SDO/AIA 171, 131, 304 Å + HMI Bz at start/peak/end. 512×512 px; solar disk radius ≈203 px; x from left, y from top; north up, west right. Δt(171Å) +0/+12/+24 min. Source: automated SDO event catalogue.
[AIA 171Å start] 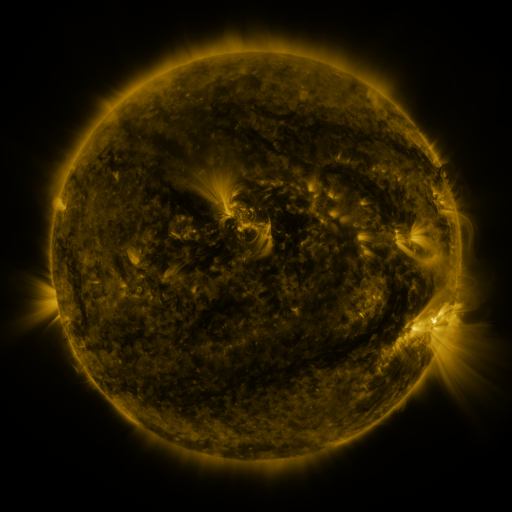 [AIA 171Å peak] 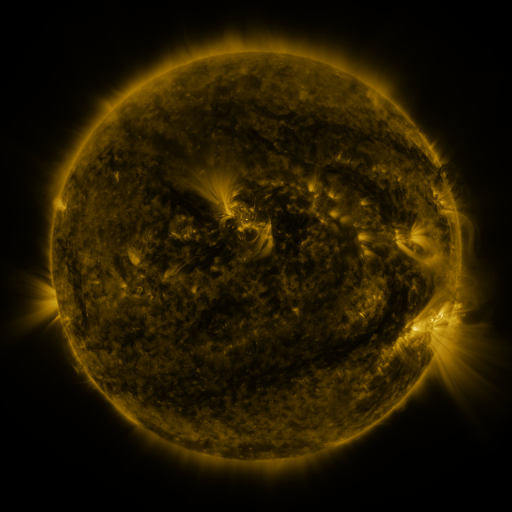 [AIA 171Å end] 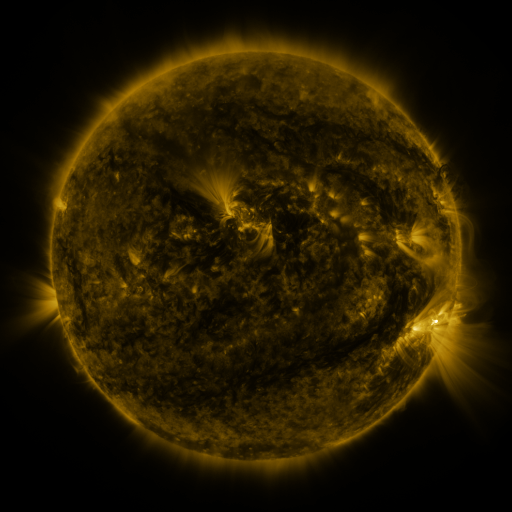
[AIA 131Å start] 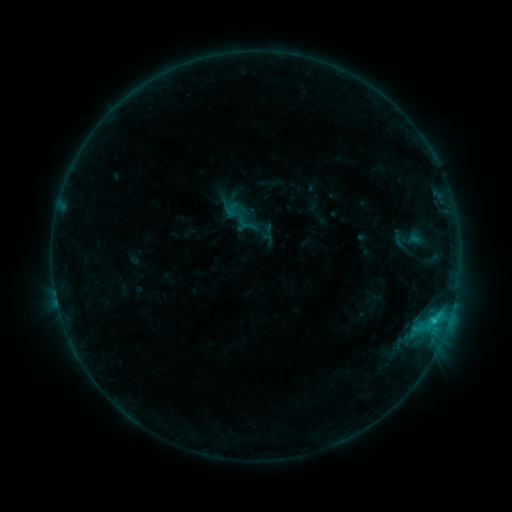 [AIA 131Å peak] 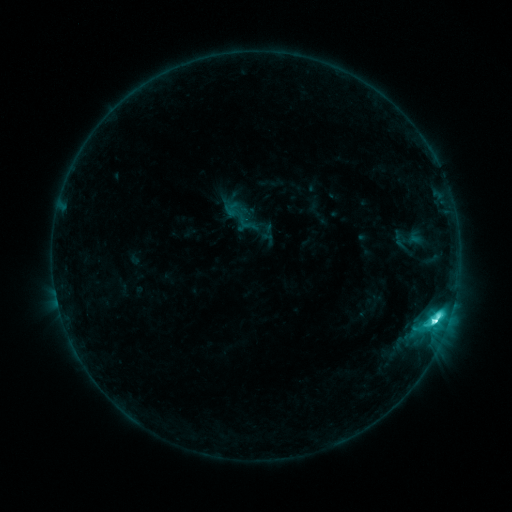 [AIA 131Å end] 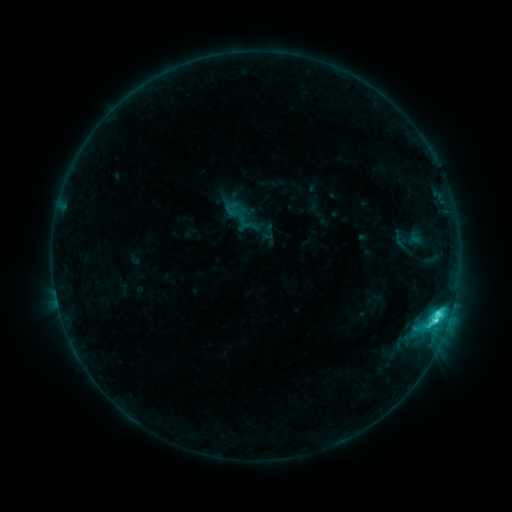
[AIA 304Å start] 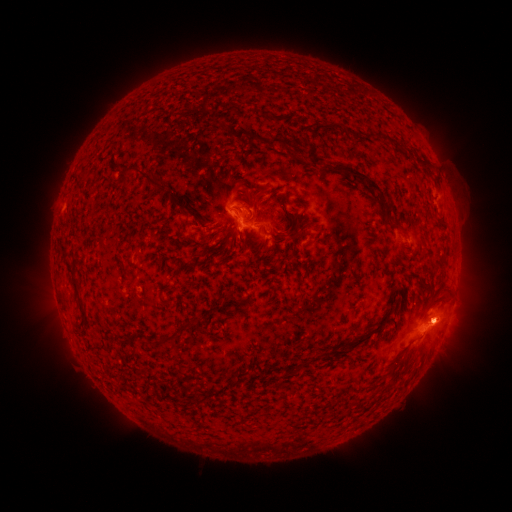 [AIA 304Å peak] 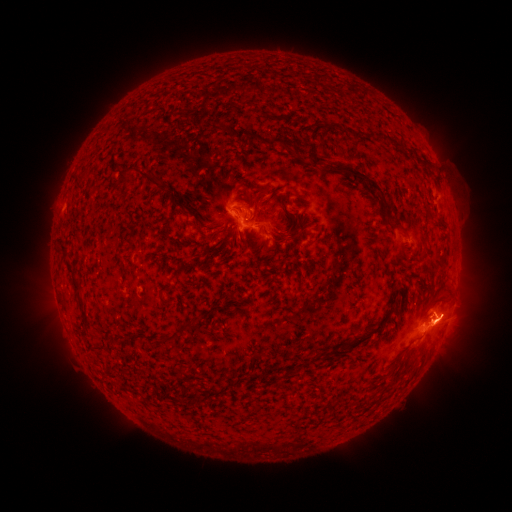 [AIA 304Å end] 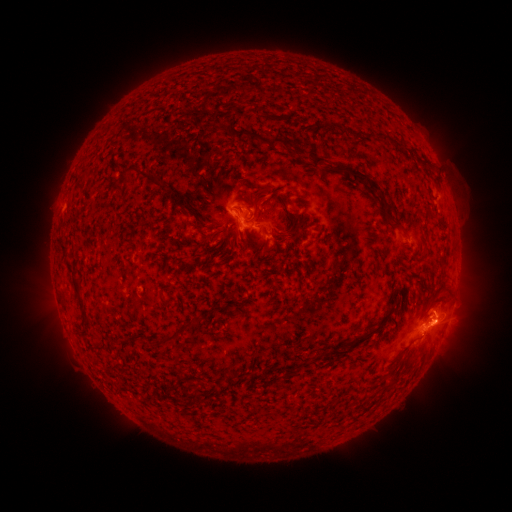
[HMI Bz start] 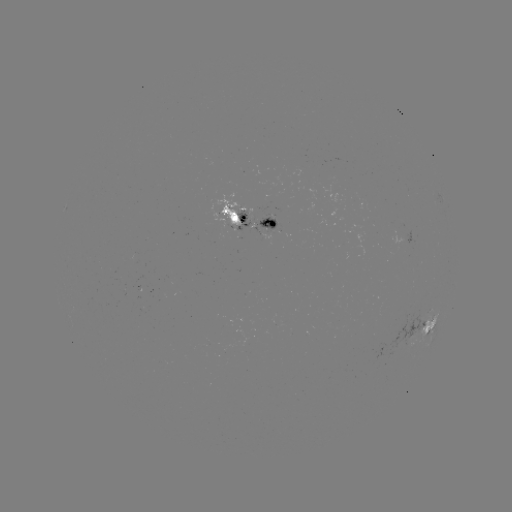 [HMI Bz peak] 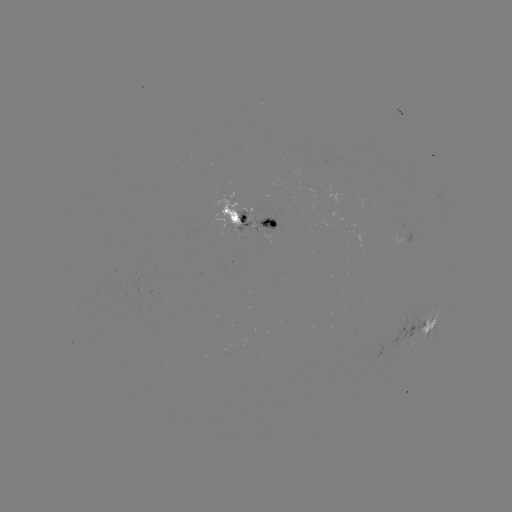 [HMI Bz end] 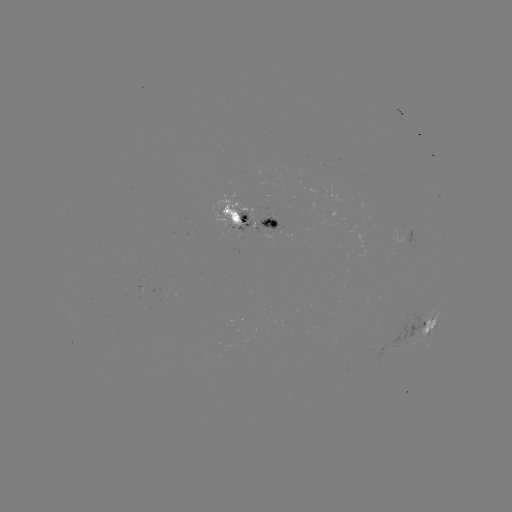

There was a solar flare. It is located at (434, 321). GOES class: C6.5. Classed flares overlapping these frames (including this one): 1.